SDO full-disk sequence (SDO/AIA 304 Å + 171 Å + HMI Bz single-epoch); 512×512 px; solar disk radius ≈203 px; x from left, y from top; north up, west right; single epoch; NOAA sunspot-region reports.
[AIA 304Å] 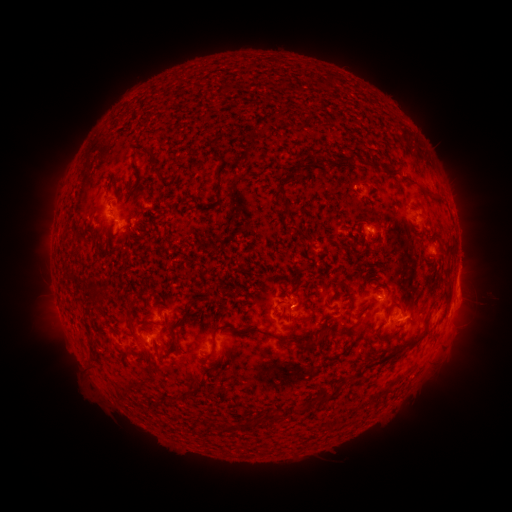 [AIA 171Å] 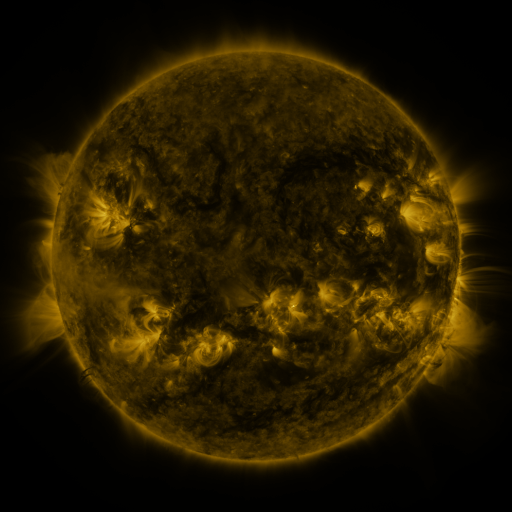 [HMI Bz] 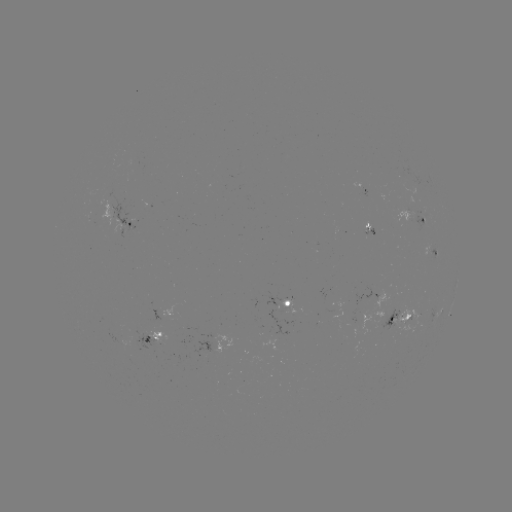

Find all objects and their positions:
spotted active region: (417, 217)
spotted active region: (126, 221)
spotted active region: (366, 226)
spotted active region: (431, 247)
spotted active region: (458, 276)
spotted active region: (378, 296)
spotted active region: (291, 304)
spotted active region: (443, 306)
spotted active region: (401, 314)
spotted active region: (153, 338)
